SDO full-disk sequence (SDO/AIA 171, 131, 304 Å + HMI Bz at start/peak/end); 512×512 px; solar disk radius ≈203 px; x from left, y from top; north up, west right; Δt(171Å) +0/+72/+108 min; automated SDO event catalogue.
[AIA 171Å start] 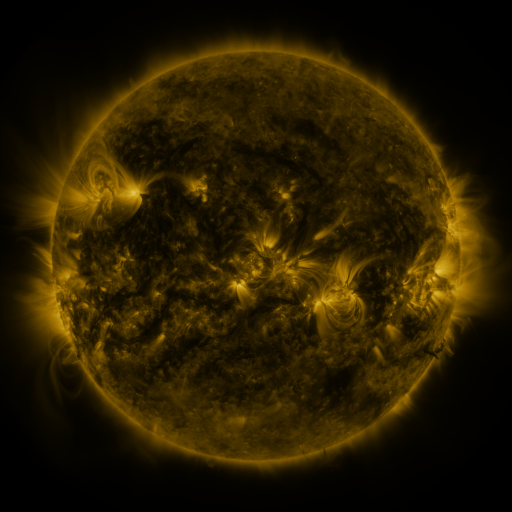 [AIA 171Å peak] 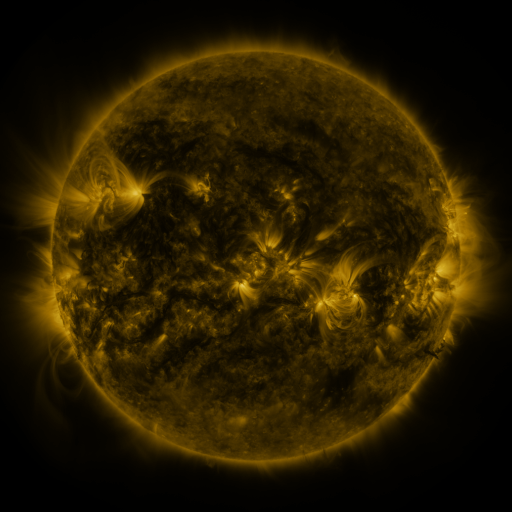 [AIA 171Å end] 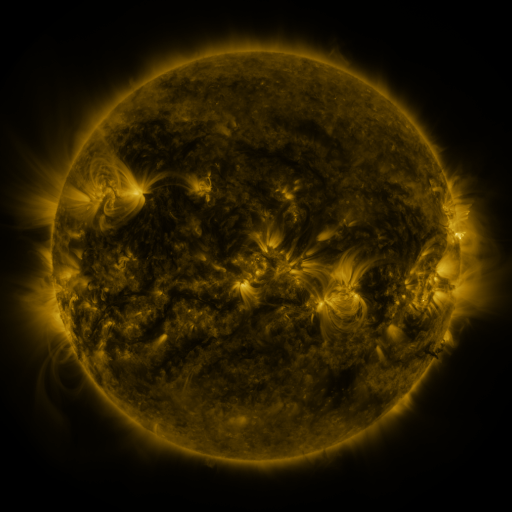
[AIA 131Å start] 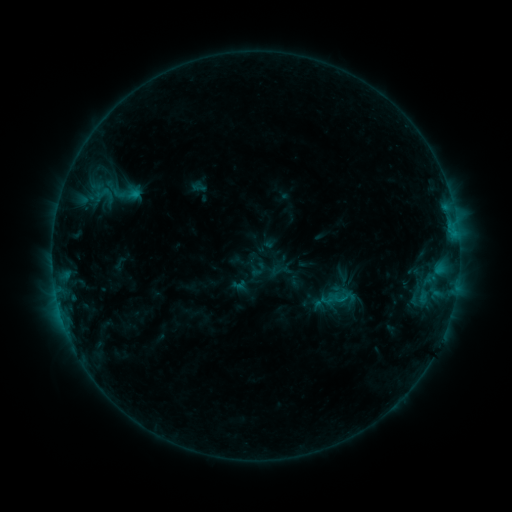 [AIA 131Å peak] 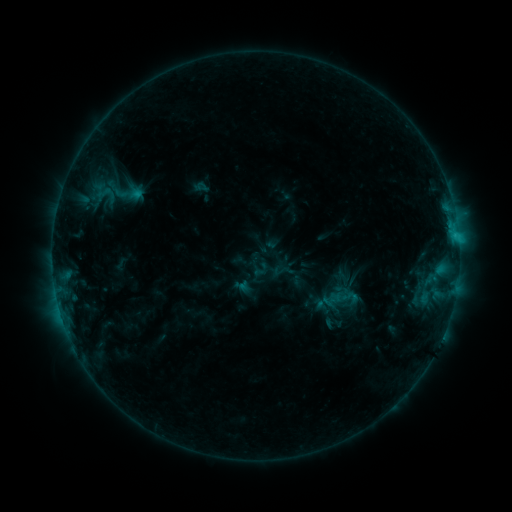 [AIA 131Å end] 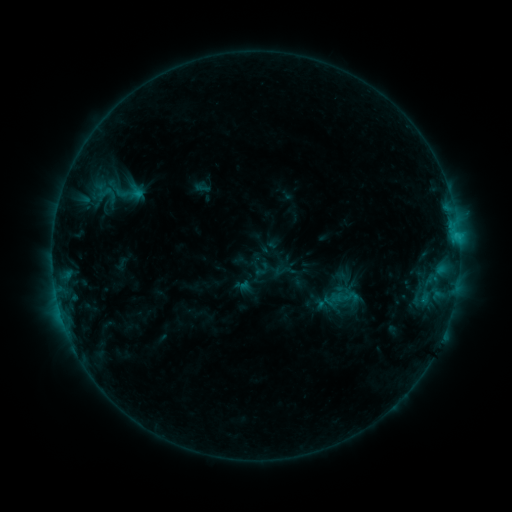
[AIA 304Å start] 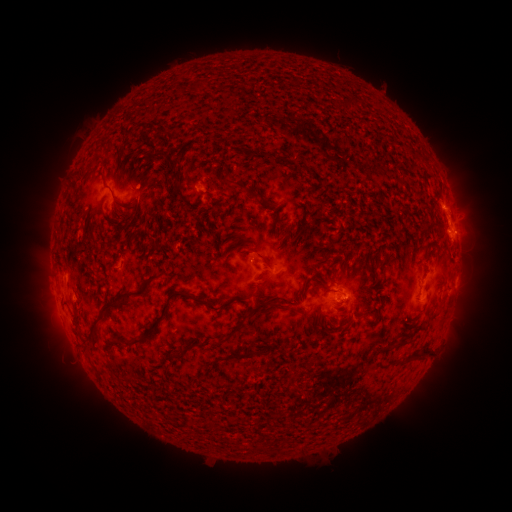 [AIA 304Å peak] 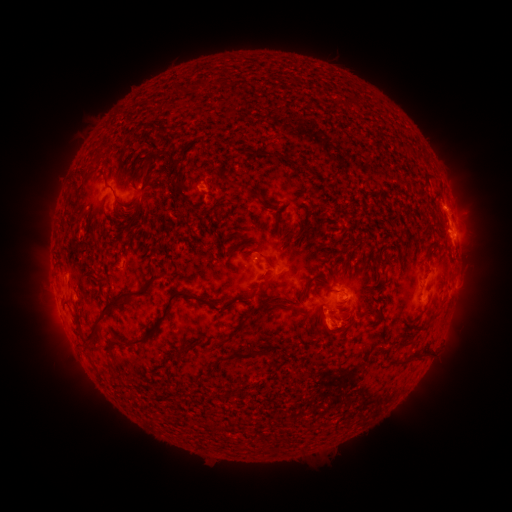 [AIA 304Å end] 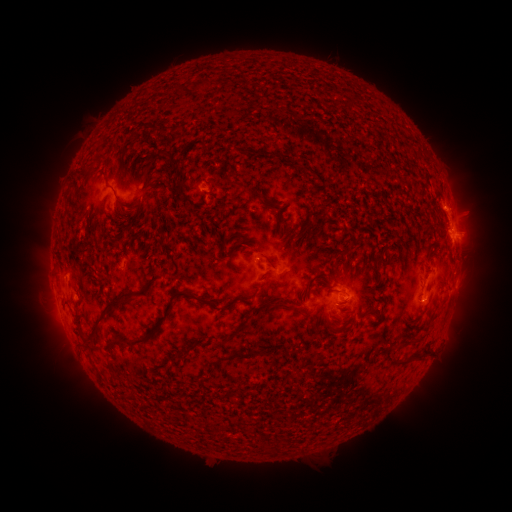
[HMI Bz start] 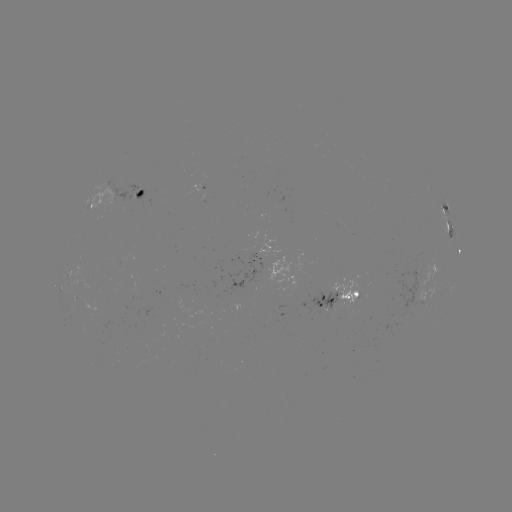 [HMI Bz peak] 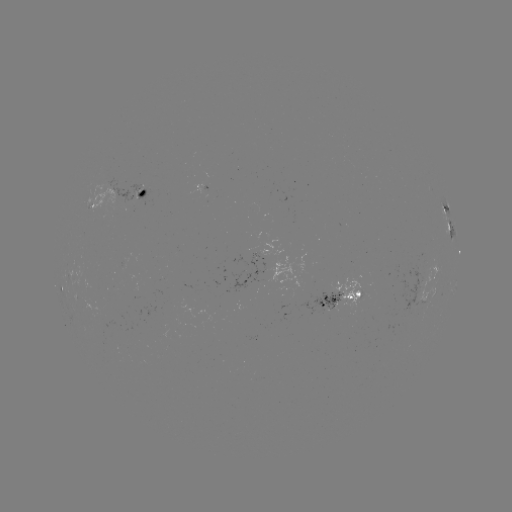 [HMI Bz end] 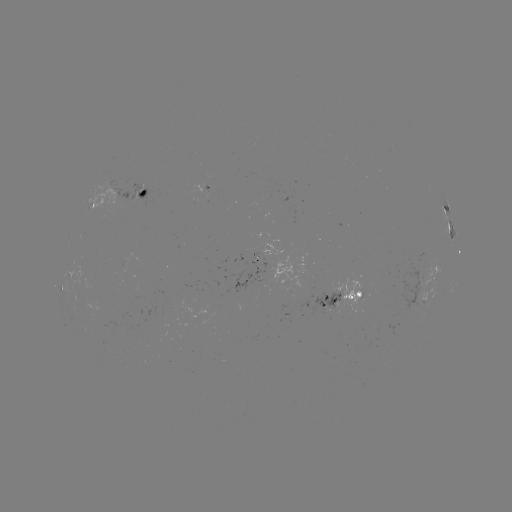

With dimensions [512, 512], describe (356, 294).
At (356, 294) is emerging-flux region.